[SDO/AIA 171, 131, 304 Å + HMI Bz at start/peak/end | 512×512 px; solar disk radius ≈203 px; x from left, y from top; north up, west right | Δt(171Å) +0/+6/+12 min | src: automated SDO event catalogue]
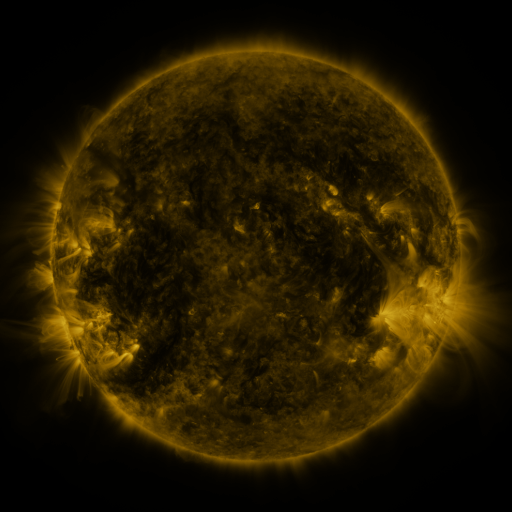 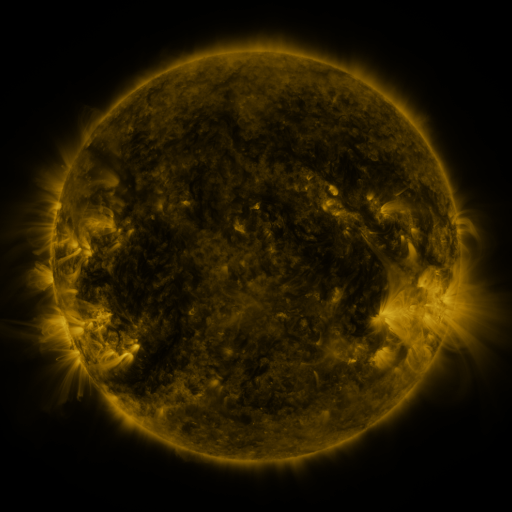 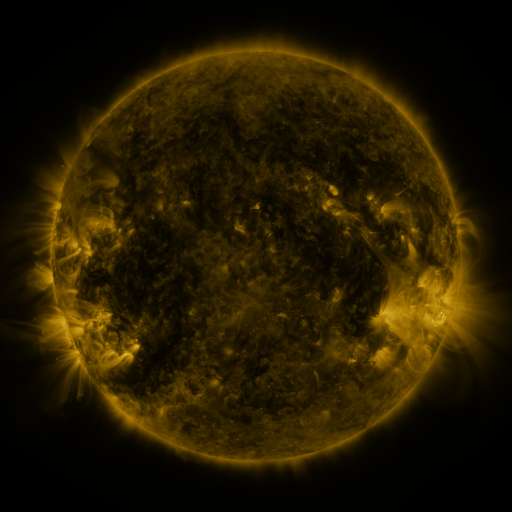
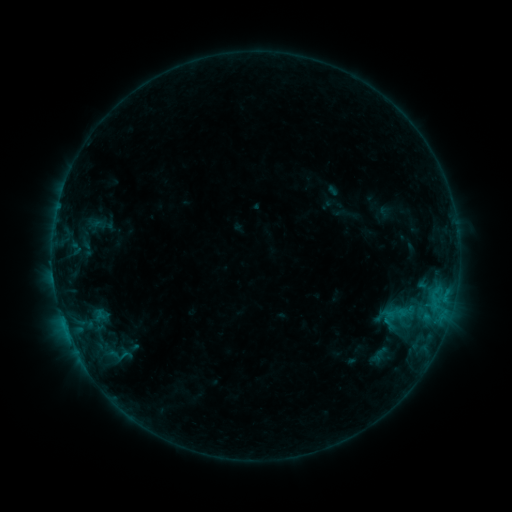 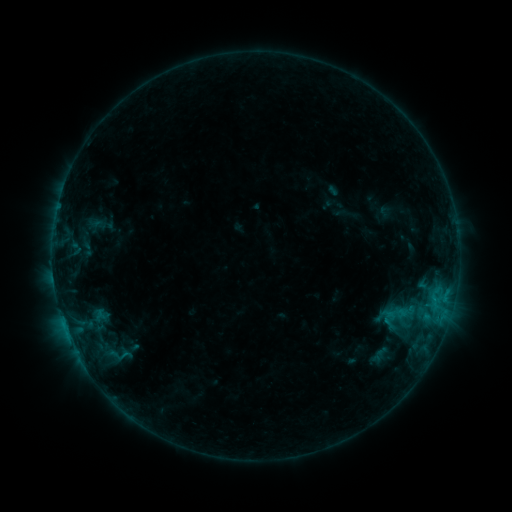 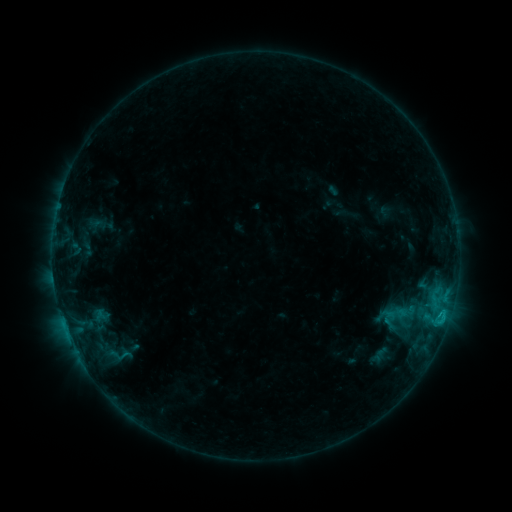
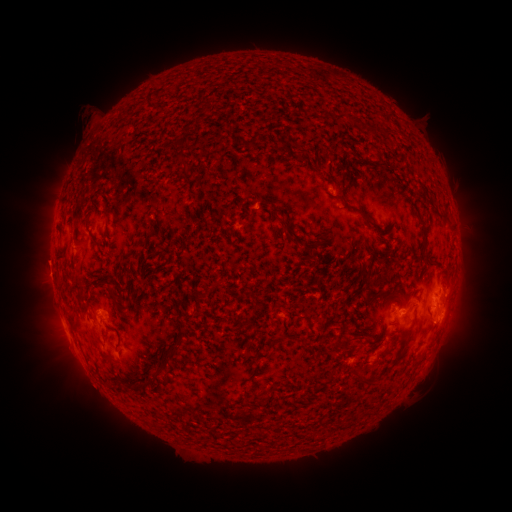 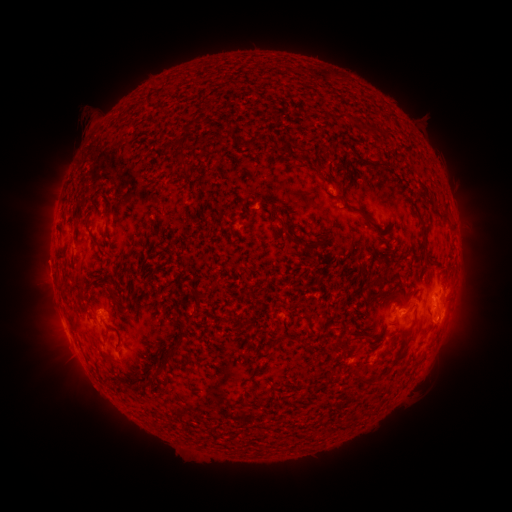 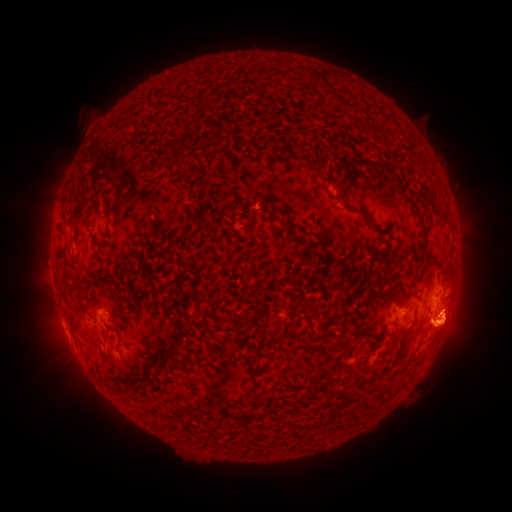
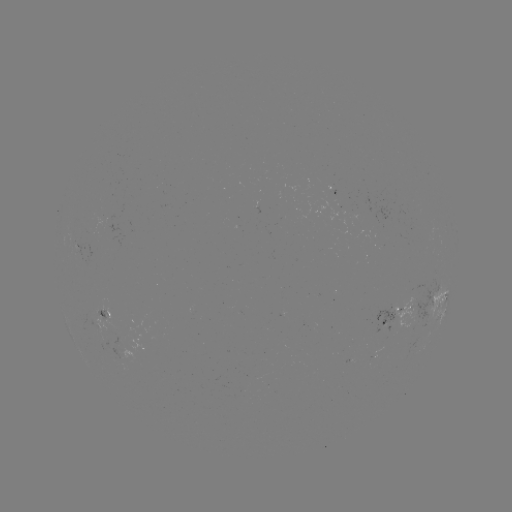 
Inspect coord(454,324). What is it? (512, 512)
eruption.